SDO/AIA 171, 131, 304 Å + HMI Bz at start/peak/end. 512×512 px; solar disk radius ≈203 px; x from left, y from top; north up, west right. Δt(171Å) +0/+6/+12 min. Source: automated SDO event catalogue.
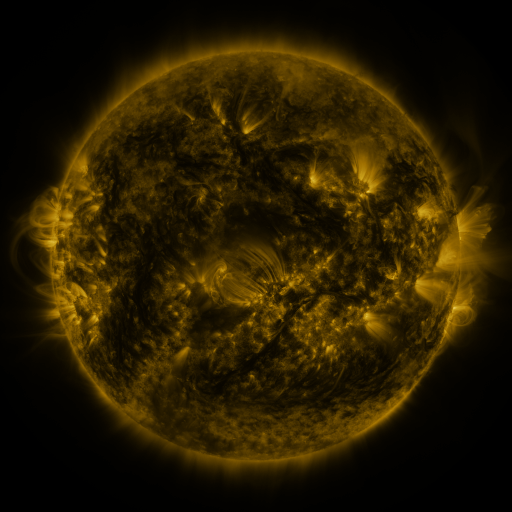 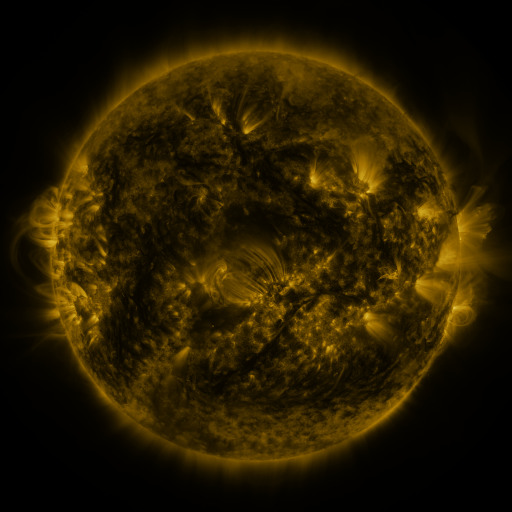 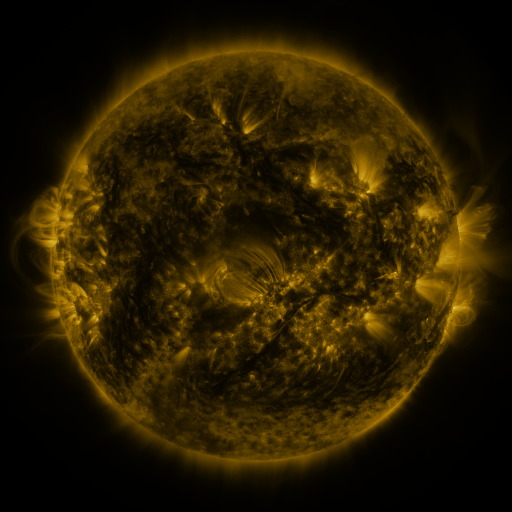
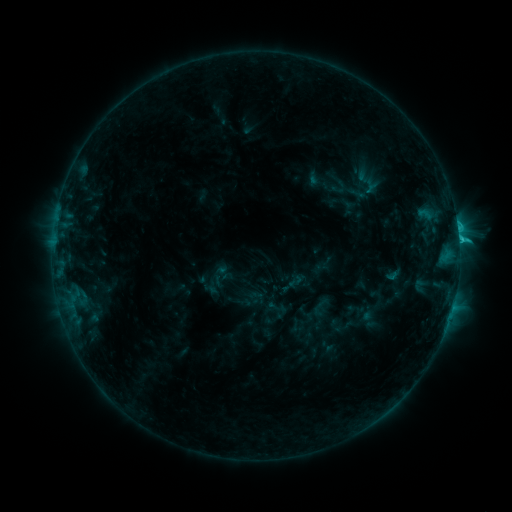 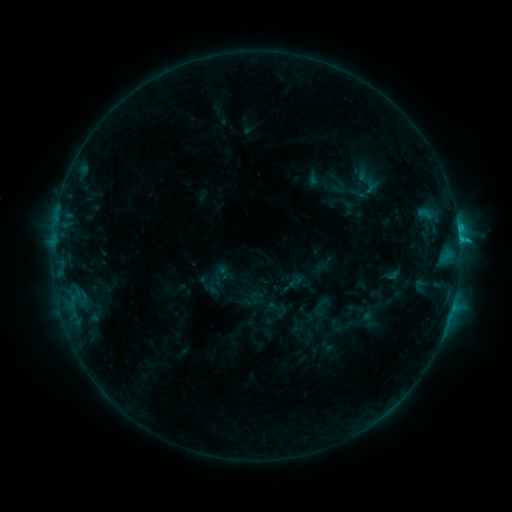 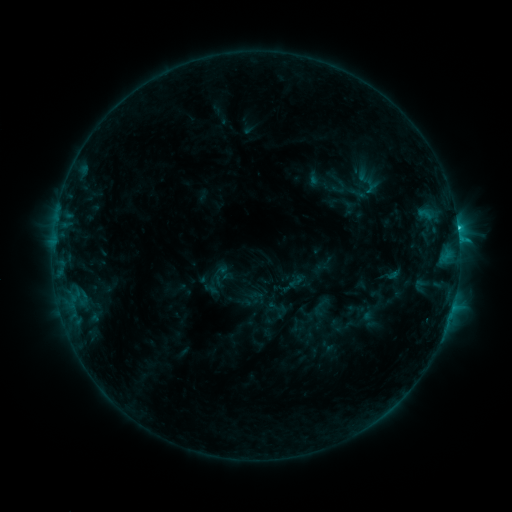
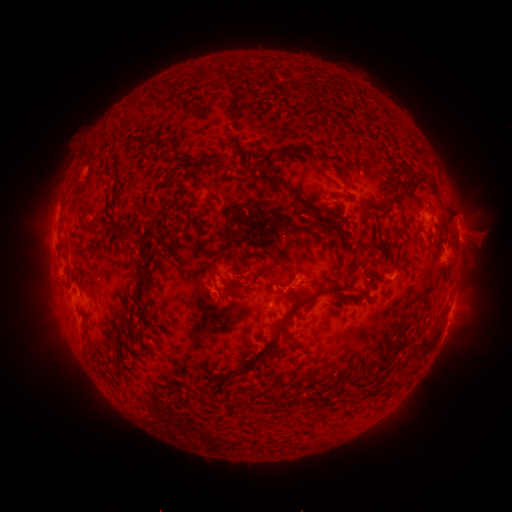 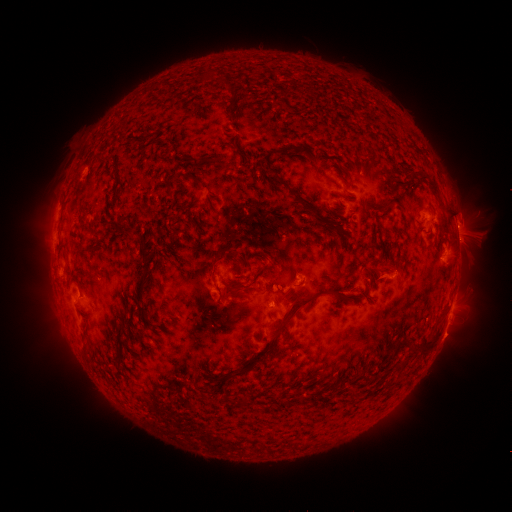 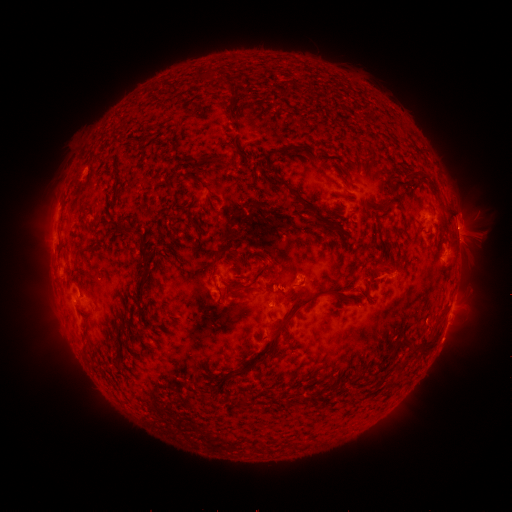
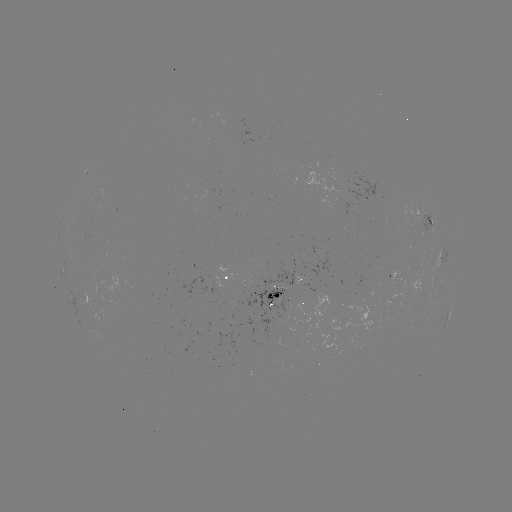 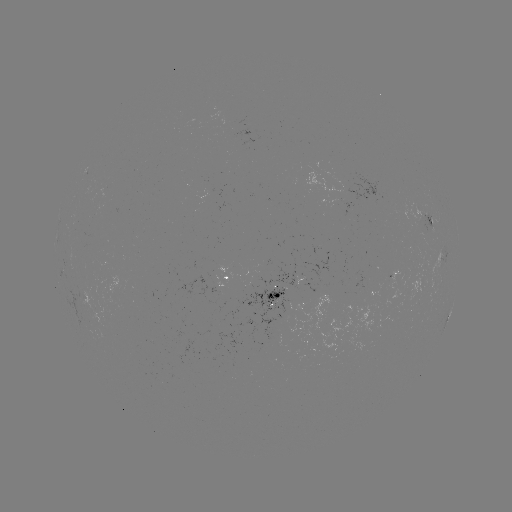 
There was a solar eruption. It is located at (444, 331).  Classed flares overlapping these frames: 1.